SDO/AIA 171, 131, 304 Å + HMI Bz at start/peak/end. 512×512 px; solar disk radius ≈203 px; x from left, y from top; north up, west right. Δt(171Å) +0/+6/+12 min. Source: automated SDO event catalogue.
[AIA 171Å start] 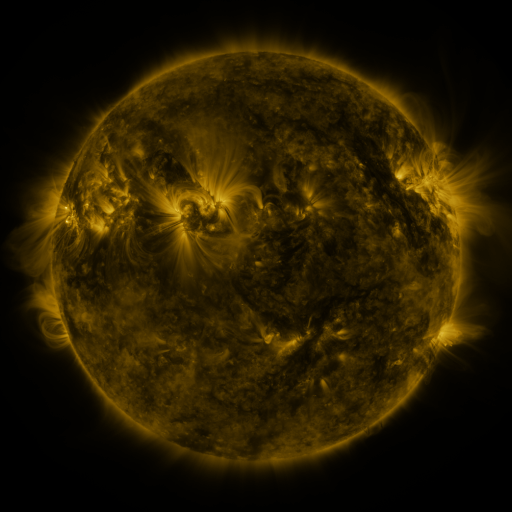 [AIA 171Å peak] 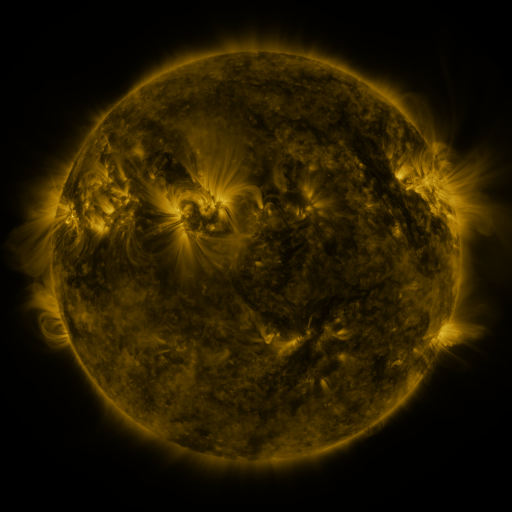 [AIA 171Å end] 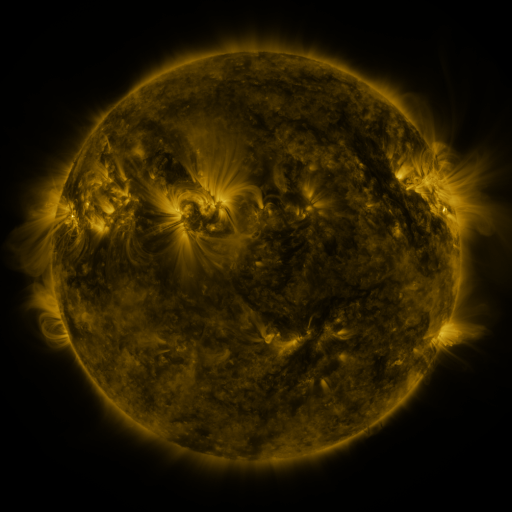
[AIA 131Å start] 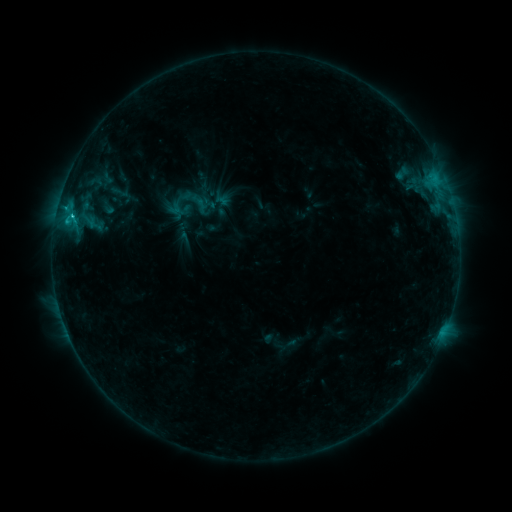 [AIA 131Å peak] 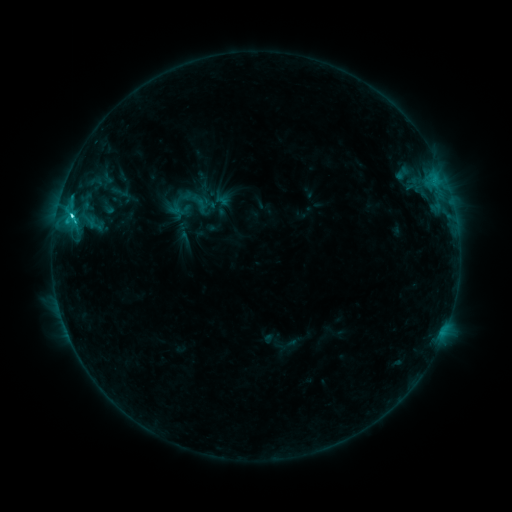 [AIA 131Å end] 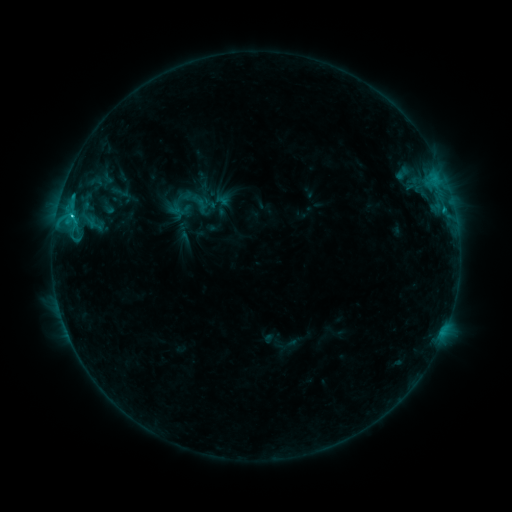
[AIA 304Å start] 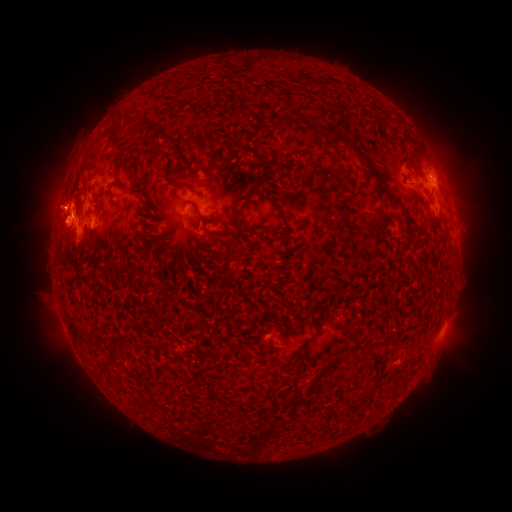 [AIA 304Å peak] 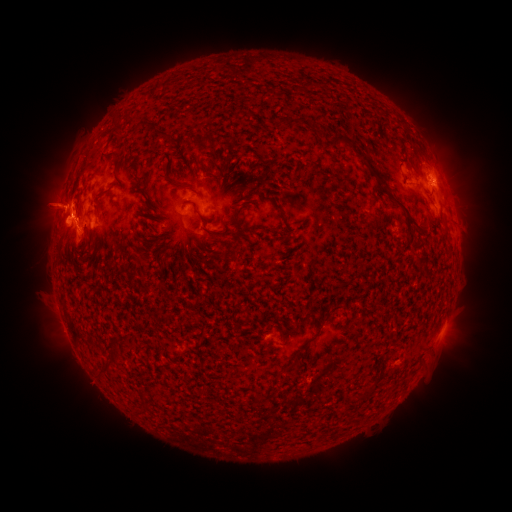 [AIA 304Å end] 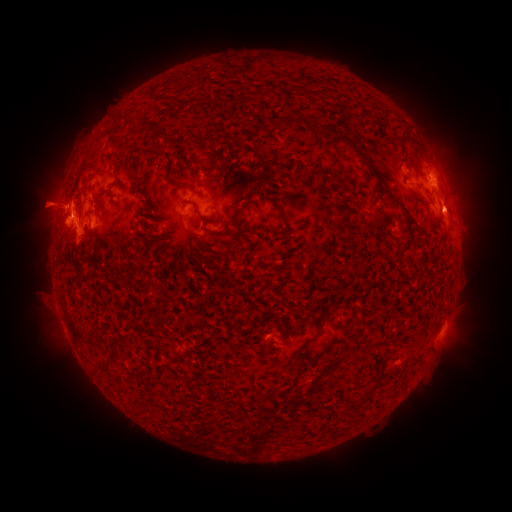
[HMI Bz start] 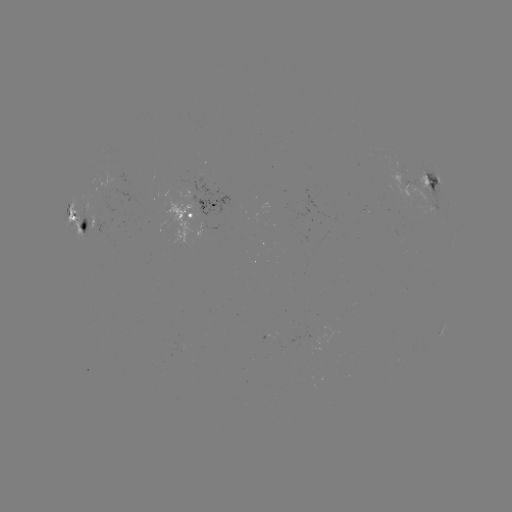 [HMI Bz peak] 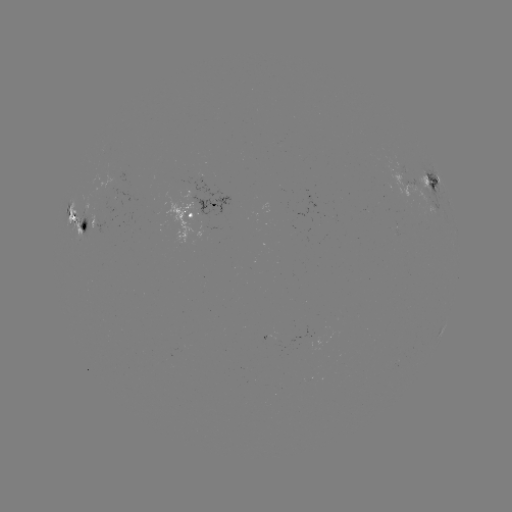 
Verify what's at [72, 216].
C3.4 flare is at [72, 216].